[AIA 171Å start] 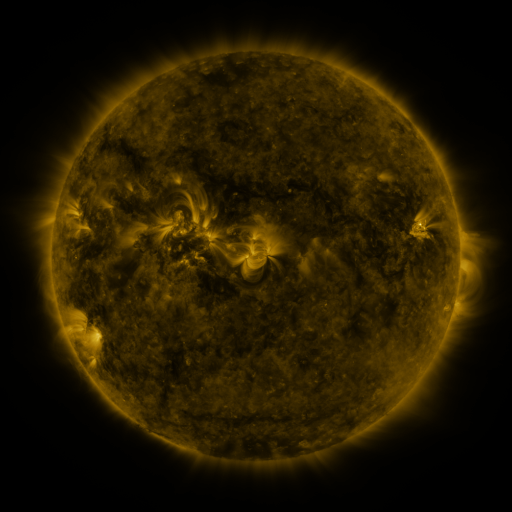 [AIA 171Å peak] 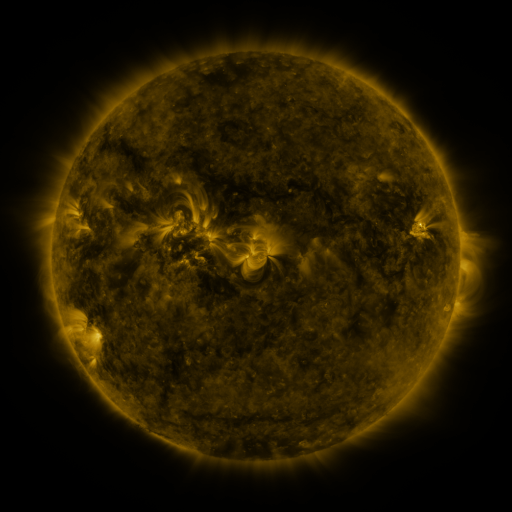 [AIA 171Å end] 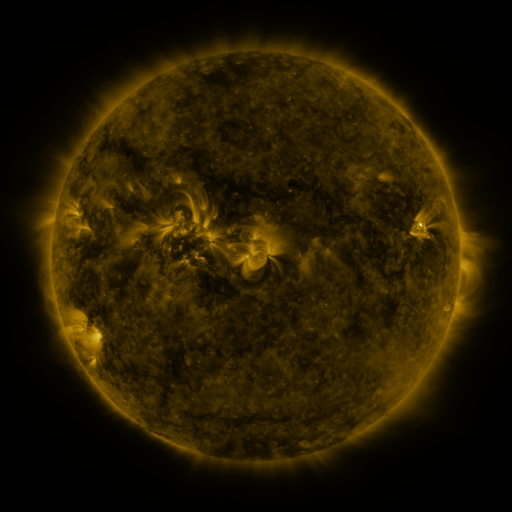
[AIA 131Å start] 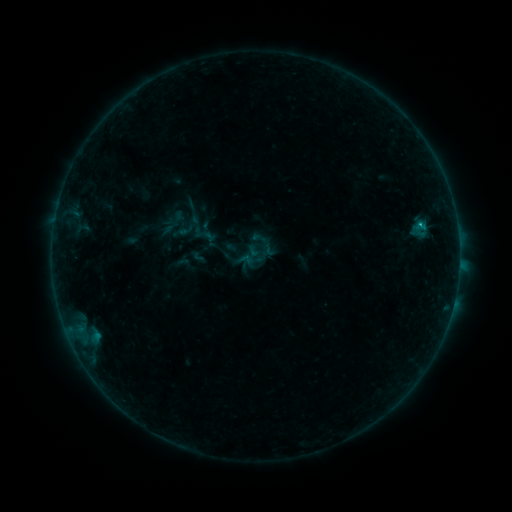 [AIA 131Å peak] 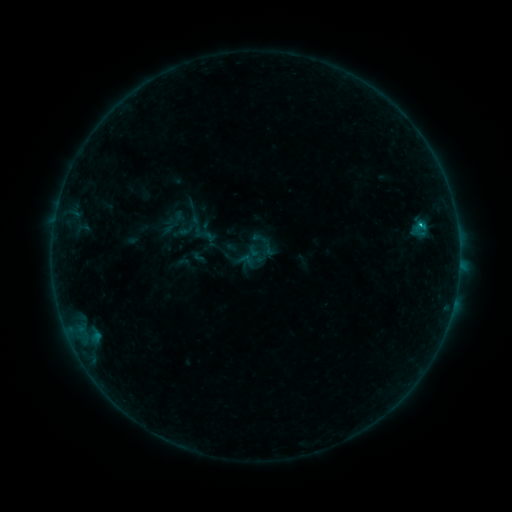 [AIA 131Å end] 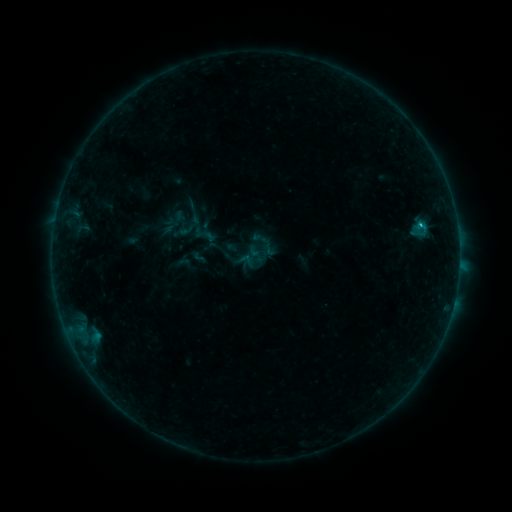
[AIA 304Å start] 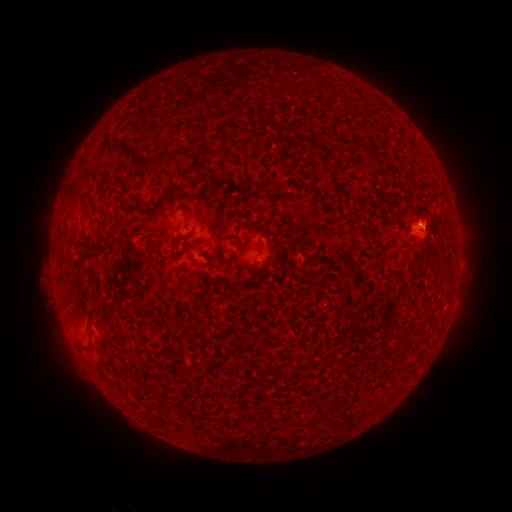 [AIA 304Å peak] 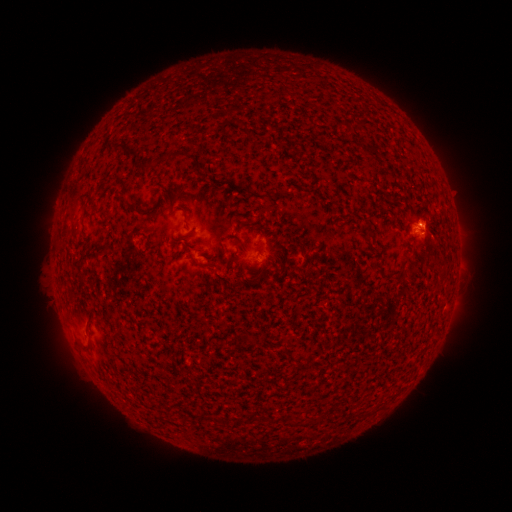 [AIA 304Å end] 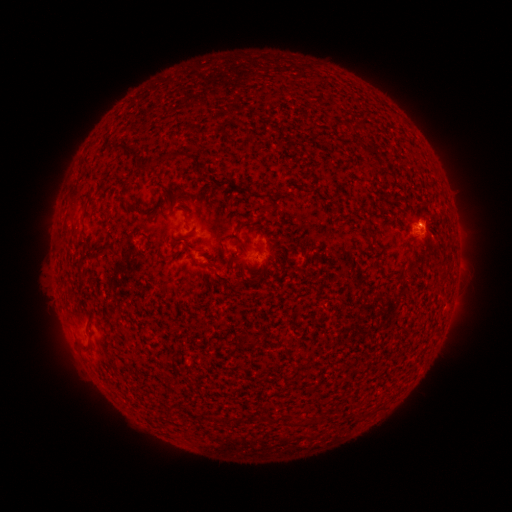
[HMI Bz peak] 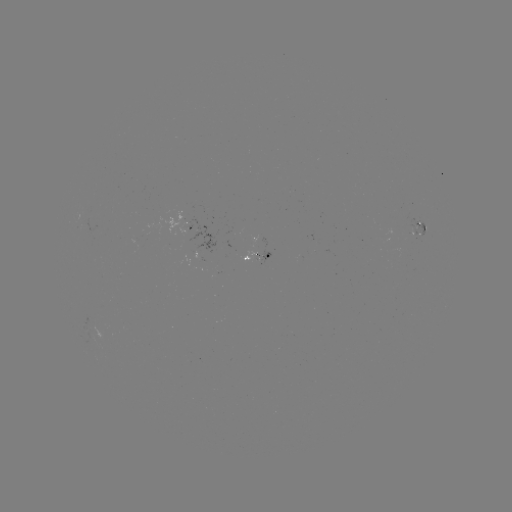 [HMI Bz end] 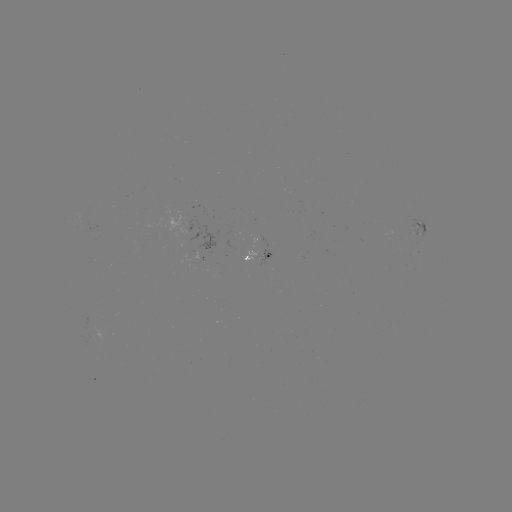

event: flare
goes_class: B4.5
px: (419, 228)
